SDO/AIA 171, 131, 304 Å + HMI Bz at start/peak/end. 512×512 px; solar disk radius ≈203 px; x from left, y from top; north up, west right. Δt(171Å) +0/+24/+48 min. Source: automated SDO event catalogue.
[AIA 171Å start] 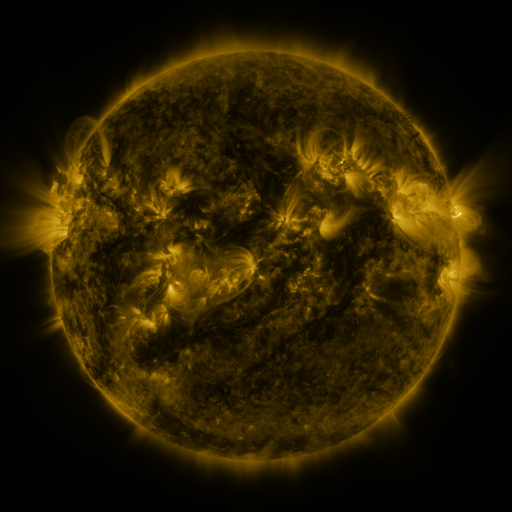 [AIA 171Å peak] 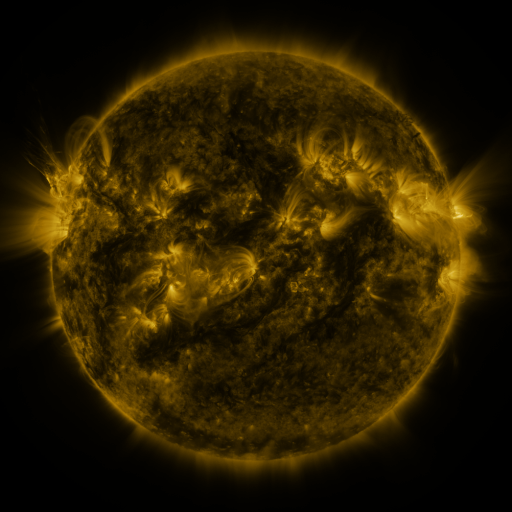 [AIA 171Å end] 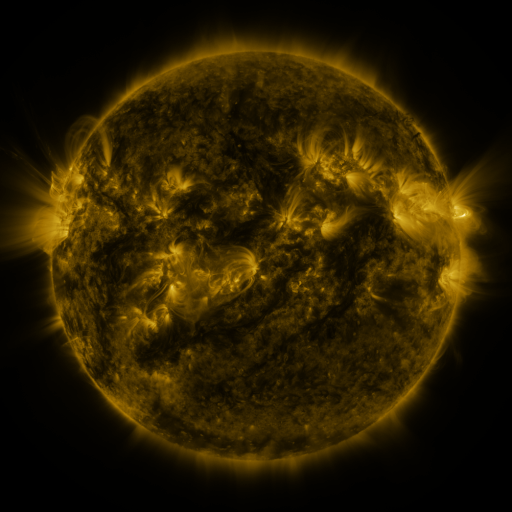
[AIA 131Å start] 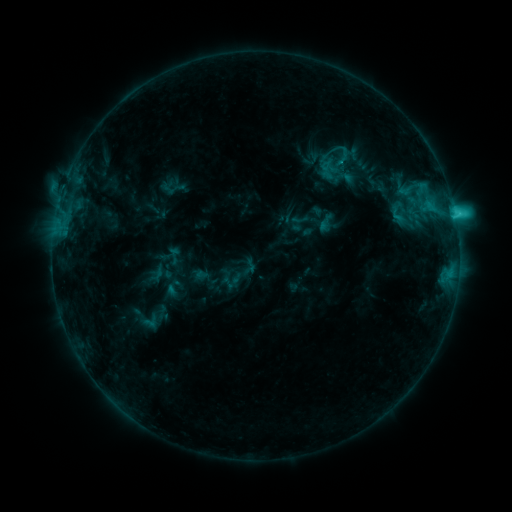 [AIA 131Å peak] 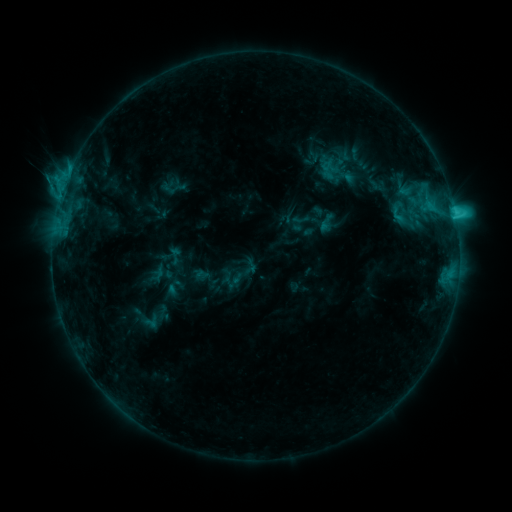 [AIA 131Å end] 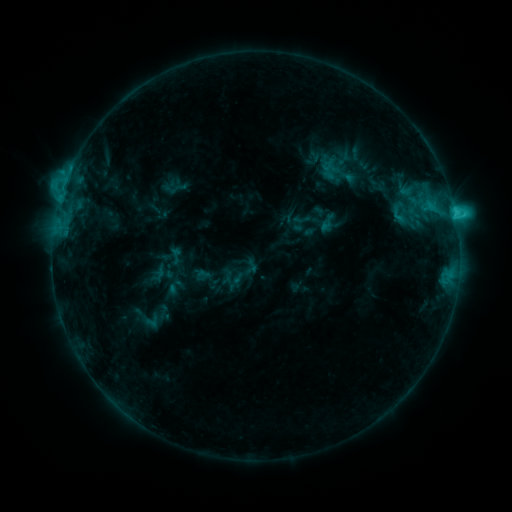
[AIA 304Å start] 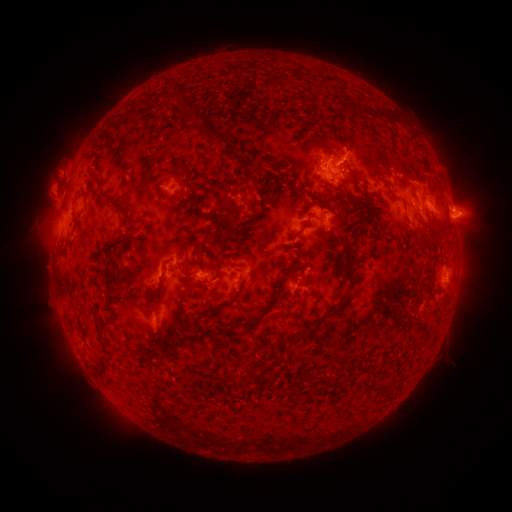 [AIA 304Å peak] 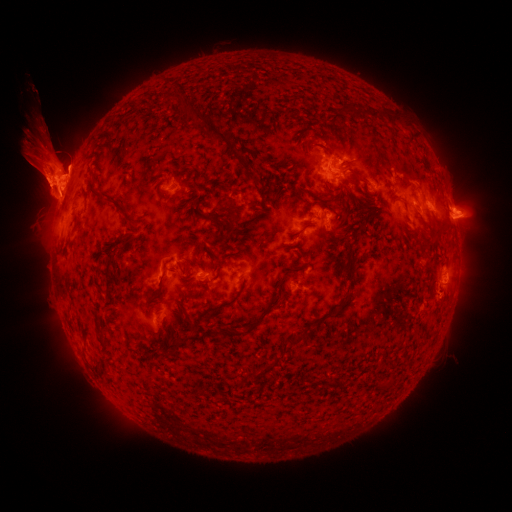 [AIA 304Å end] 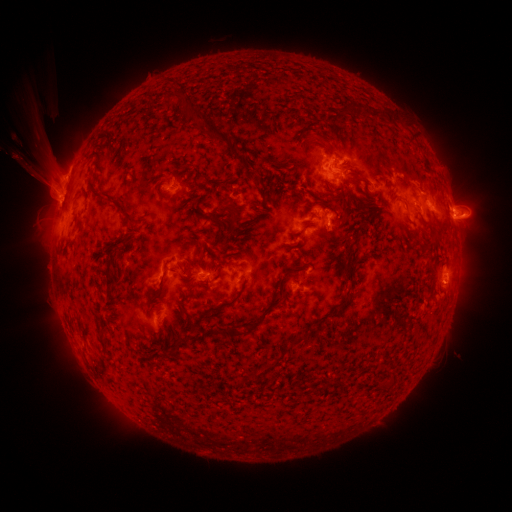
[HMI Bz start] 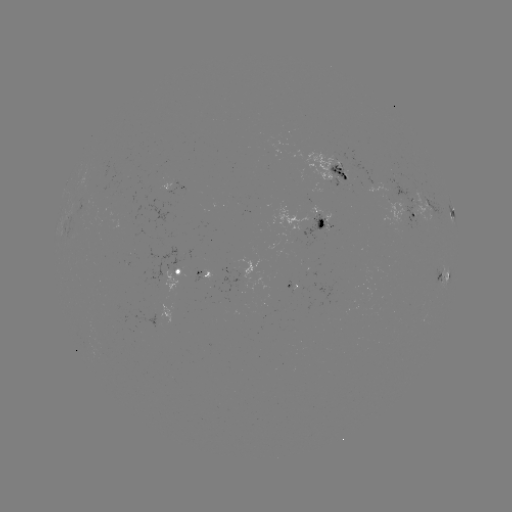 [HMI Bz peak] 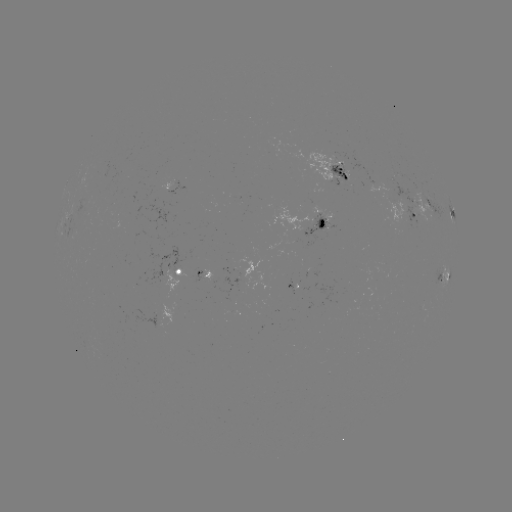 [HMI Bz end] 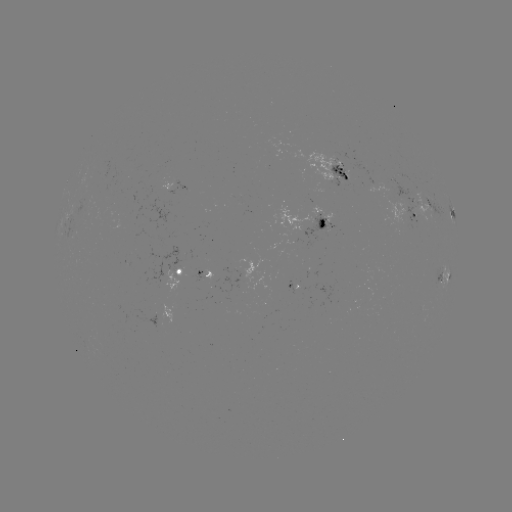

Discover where eruption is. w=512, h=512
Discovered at (55, 175).